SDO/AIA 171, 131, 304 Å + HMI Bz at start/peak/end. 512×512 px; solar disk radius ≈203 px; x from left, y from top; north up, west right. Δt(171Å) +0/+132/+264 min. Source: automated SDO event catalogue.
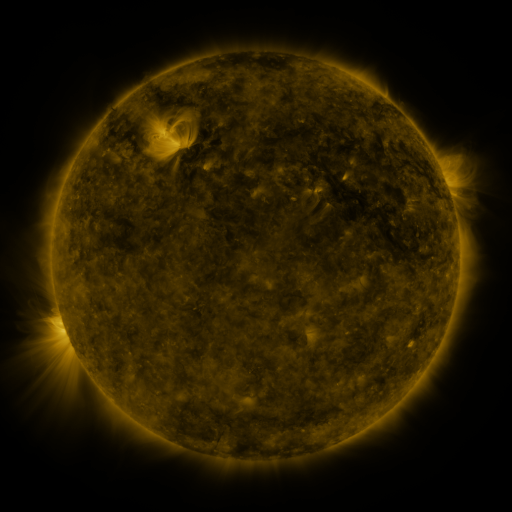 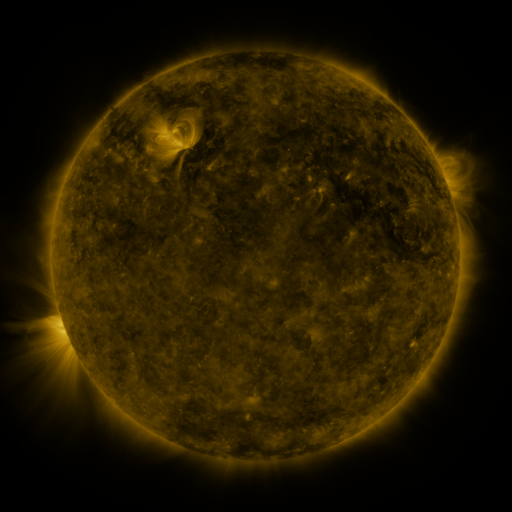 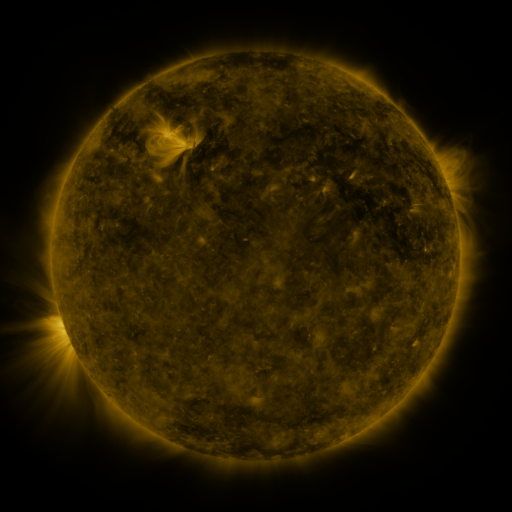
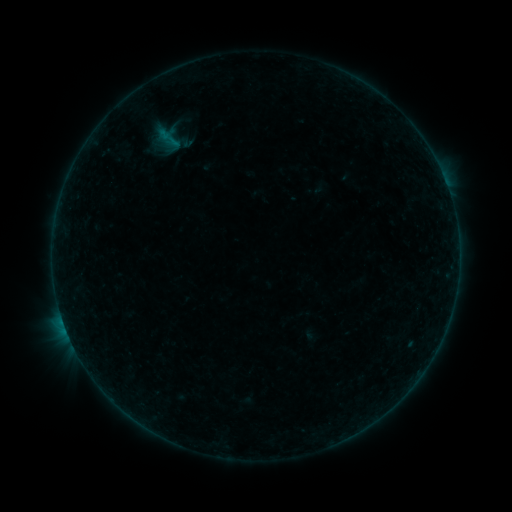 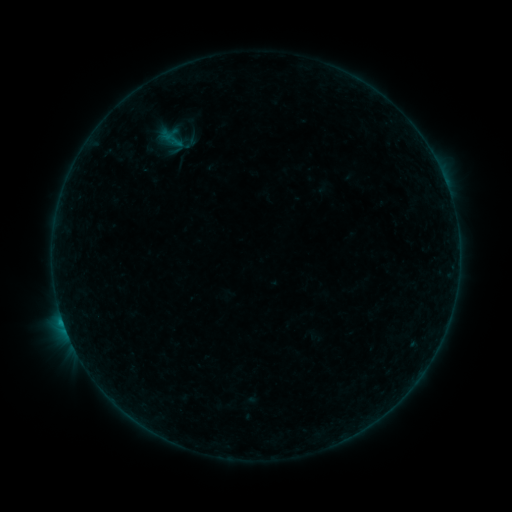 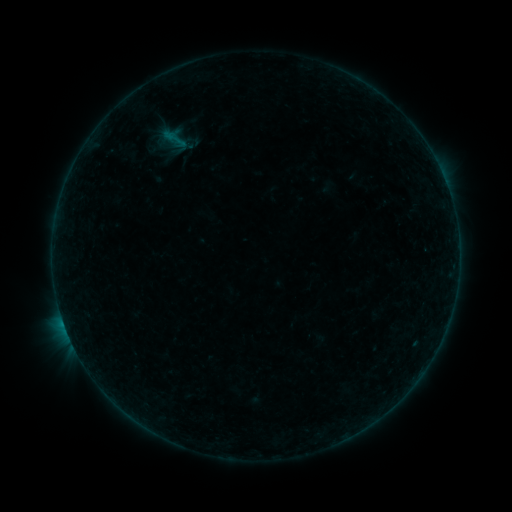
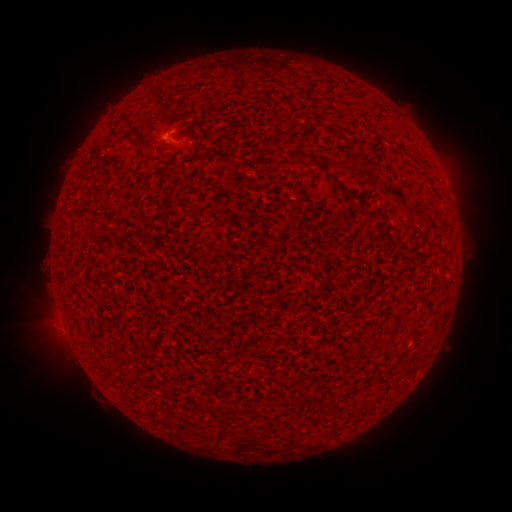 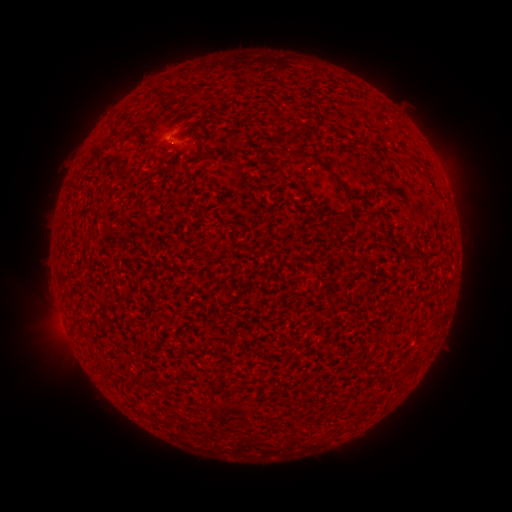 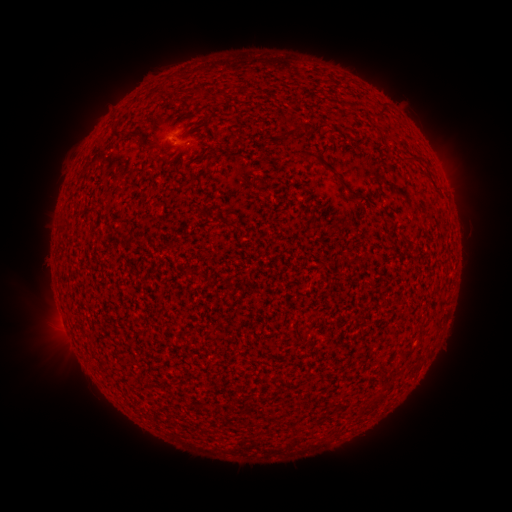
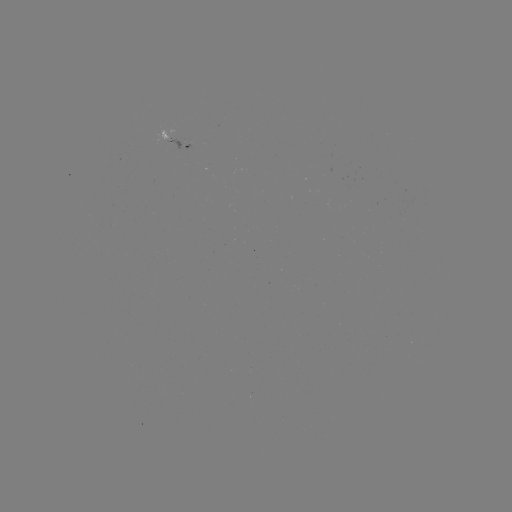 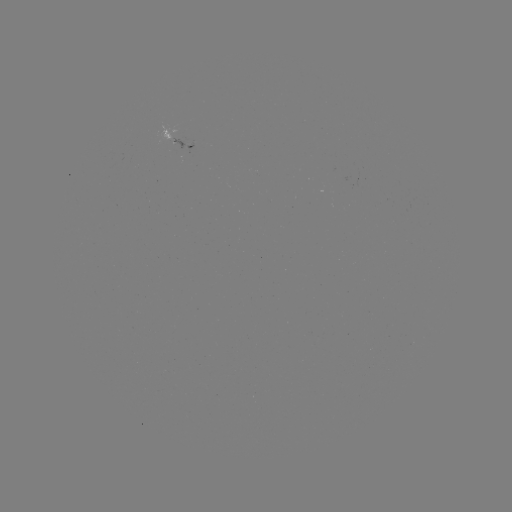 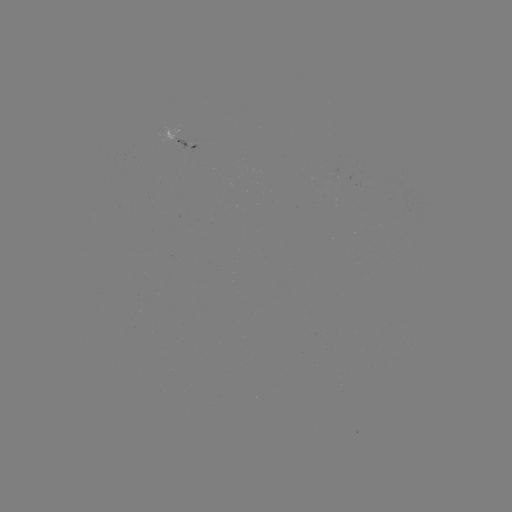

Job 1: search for filament eruption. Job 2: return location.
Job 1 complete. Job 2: [228, 427].